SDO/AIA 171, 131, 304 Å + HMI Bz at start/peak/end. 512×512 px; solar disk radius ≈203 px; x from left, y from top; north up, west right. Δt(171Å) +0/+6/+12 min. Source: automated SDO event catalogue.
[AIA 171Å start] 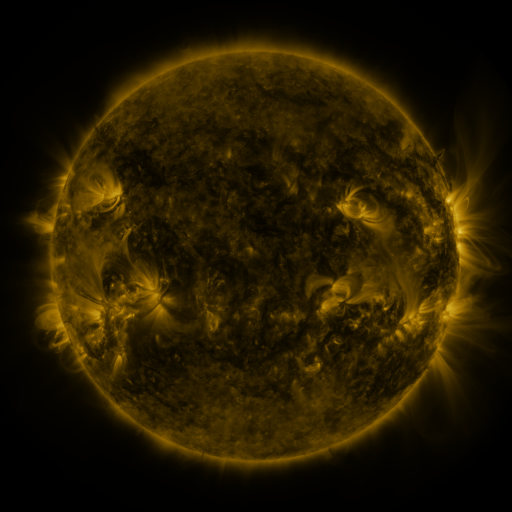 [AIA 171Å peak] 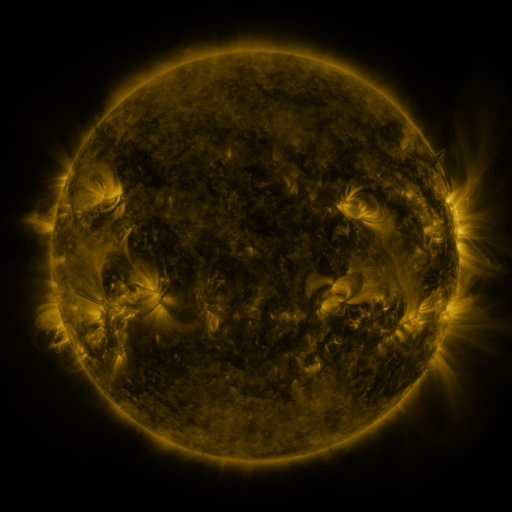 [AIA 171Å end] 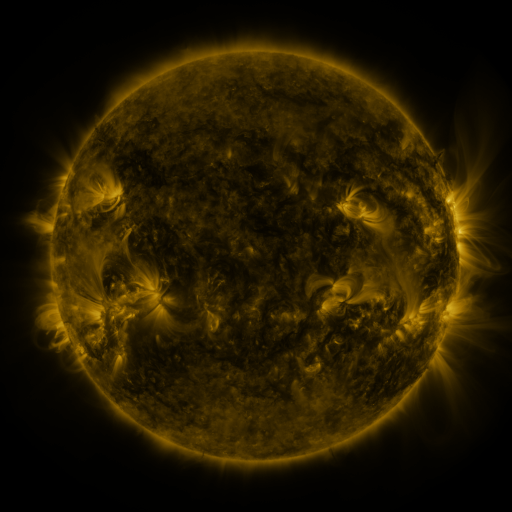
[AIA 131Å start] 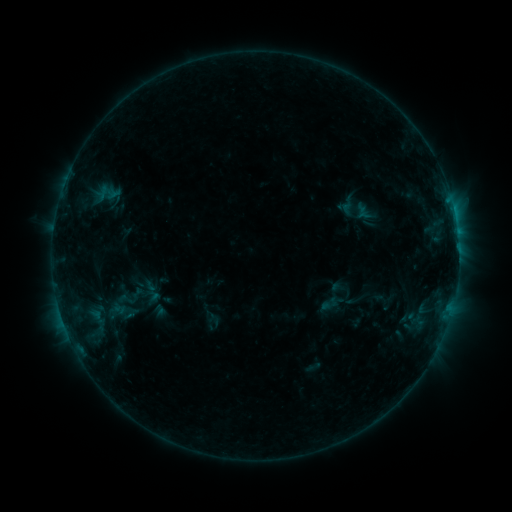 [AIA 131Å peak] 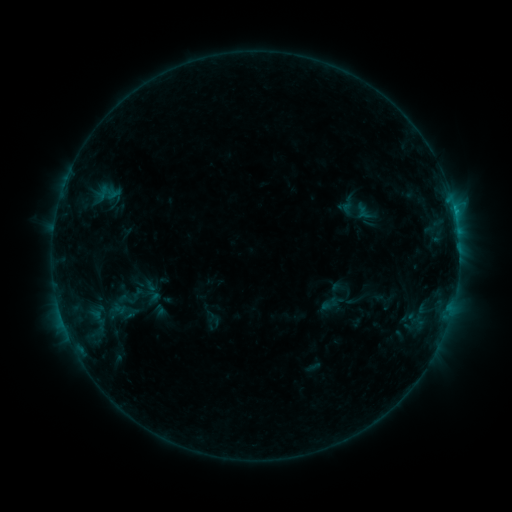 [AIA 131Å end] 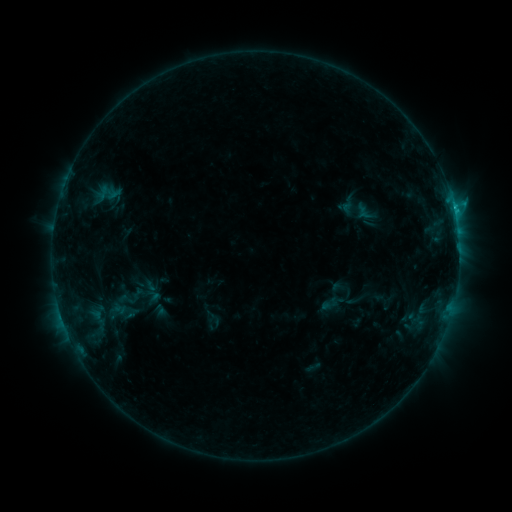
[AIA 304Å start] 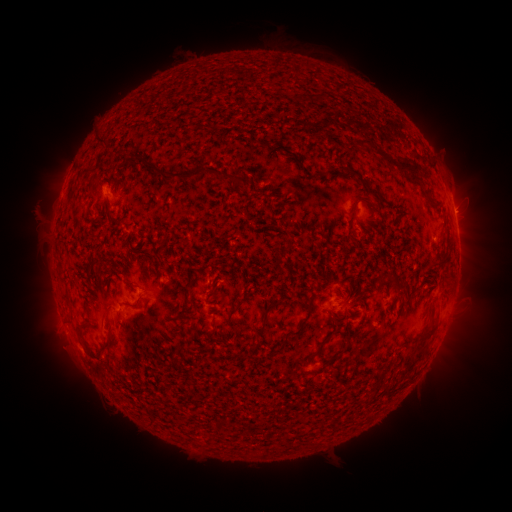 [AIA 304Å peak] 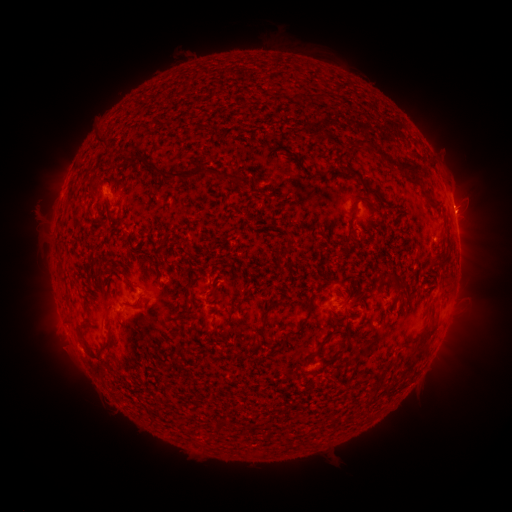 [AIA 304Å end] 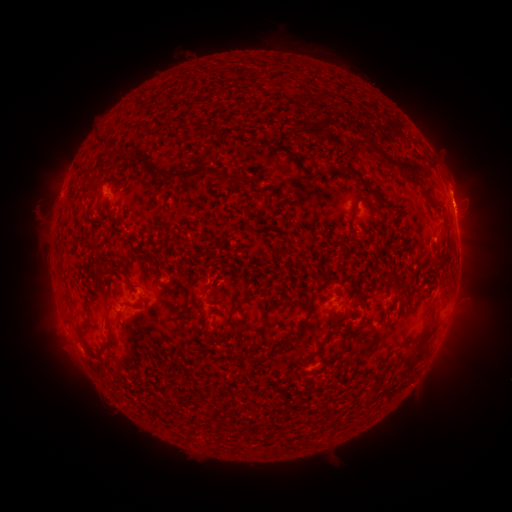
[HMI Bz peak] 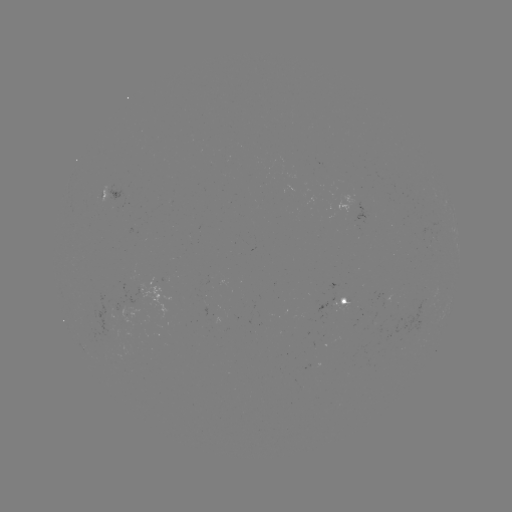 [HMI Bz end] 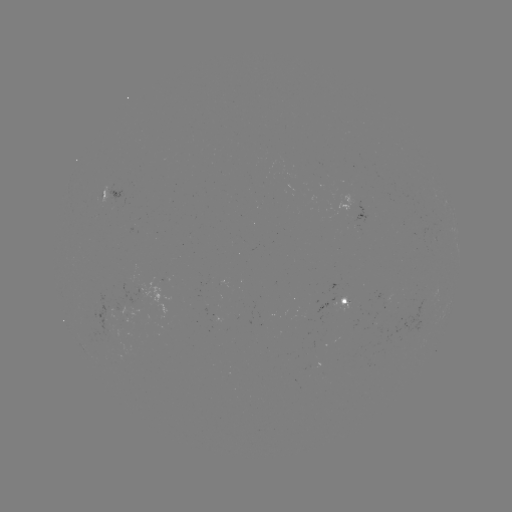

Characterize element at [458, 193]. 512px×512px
eruption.